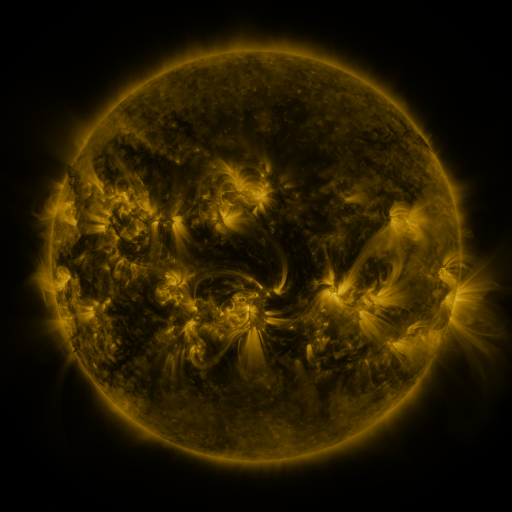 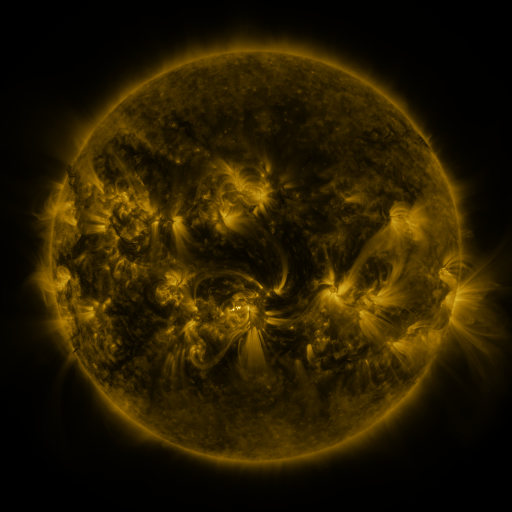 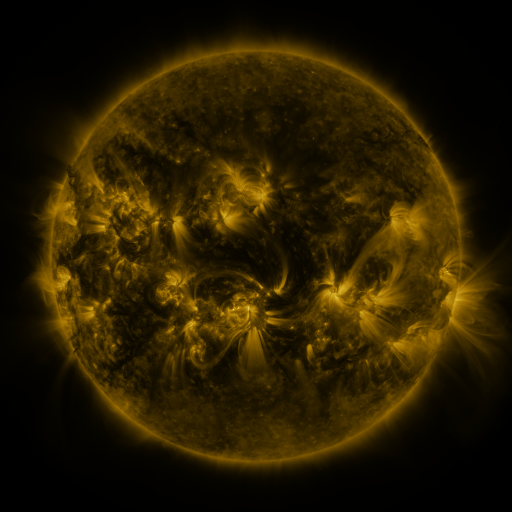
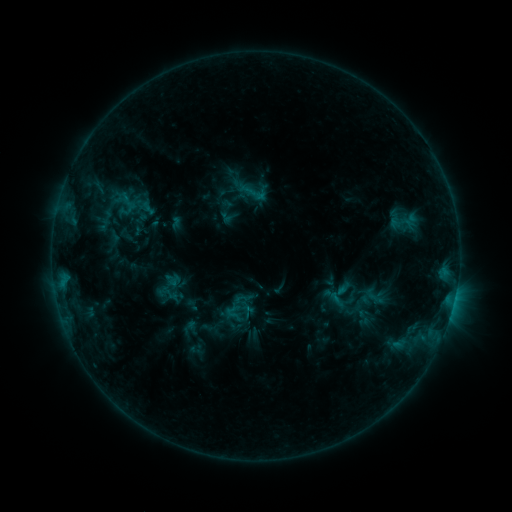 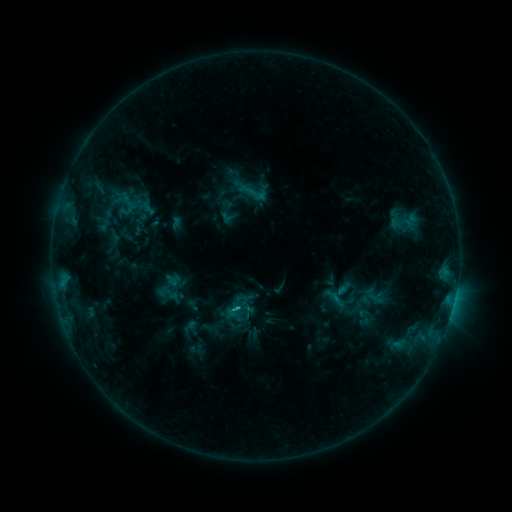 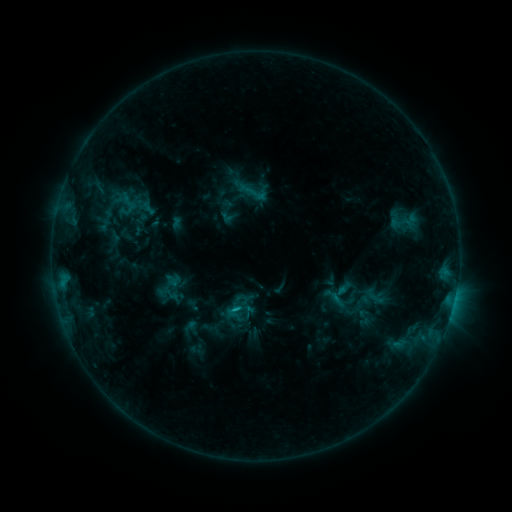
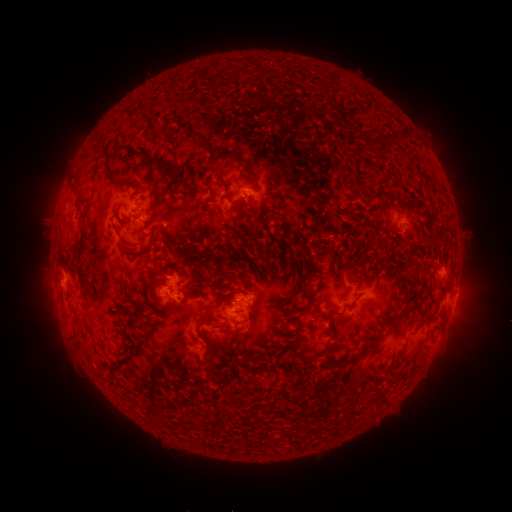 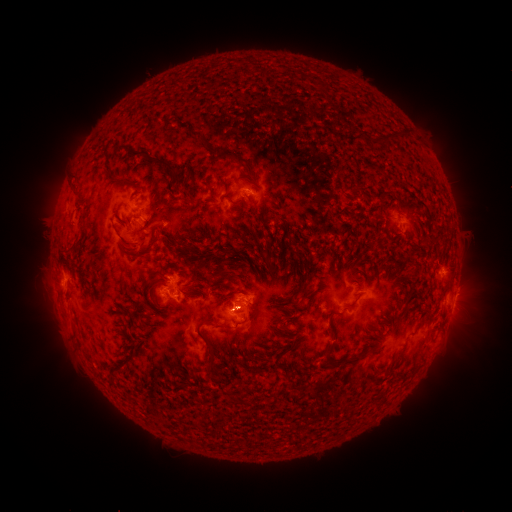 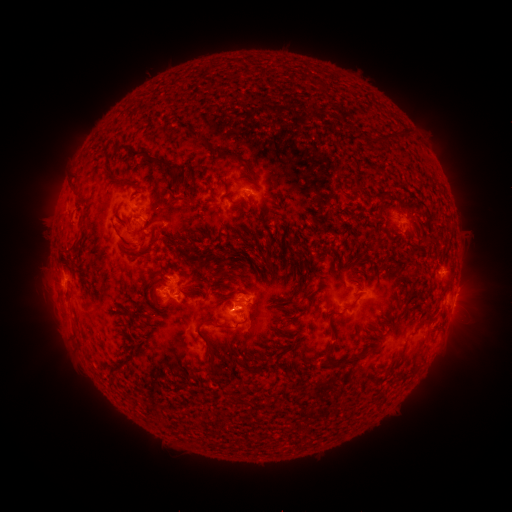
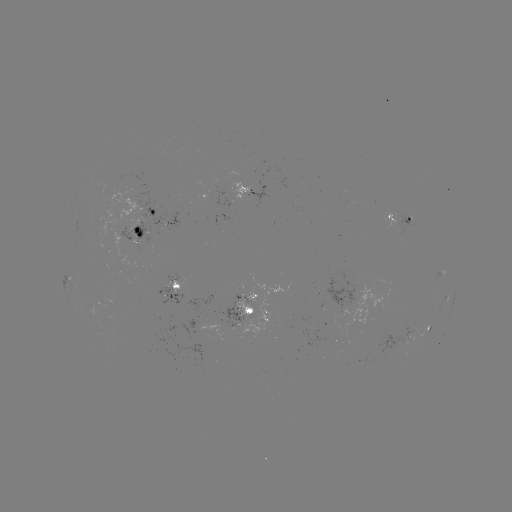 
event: flare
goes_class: C2.2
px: (238, 306)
